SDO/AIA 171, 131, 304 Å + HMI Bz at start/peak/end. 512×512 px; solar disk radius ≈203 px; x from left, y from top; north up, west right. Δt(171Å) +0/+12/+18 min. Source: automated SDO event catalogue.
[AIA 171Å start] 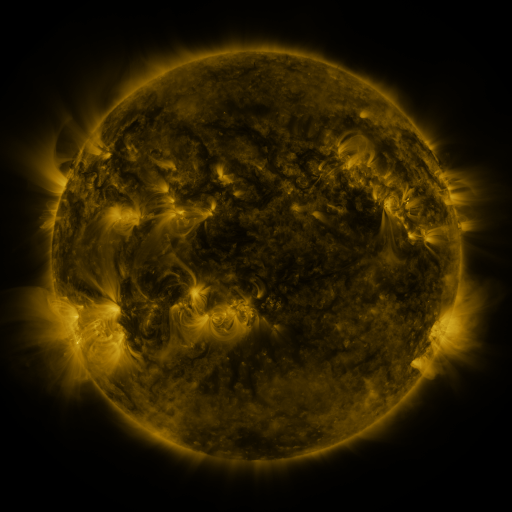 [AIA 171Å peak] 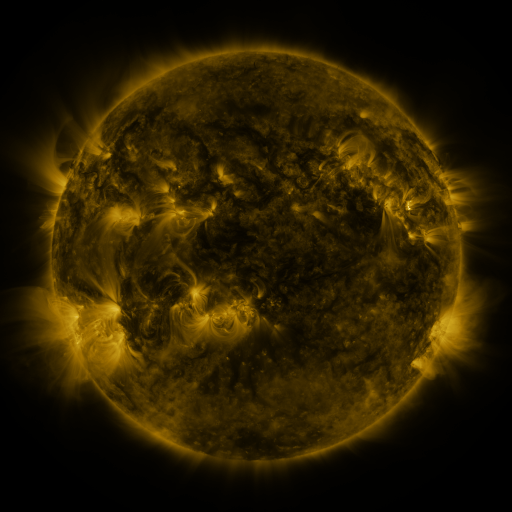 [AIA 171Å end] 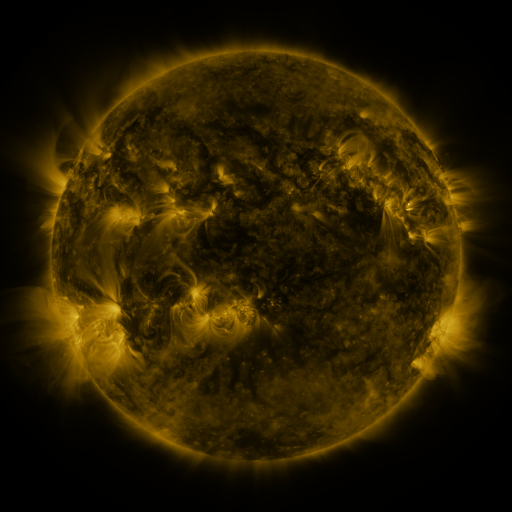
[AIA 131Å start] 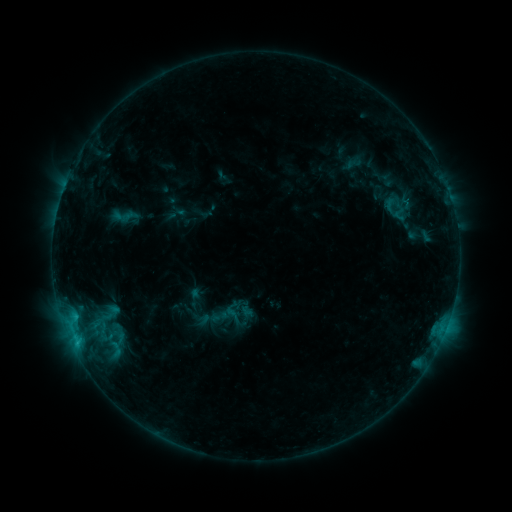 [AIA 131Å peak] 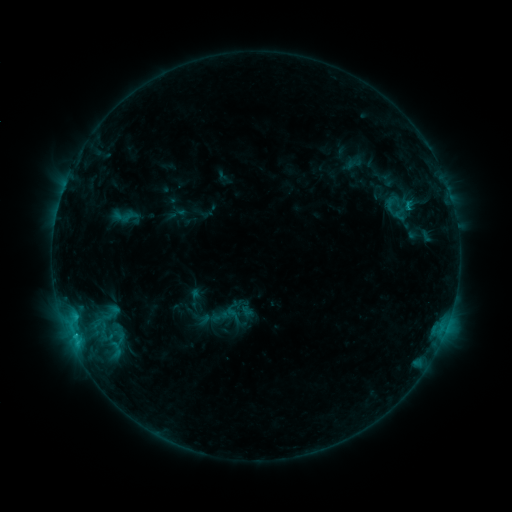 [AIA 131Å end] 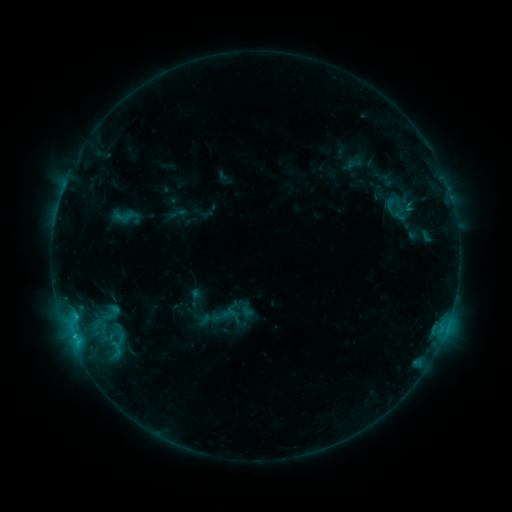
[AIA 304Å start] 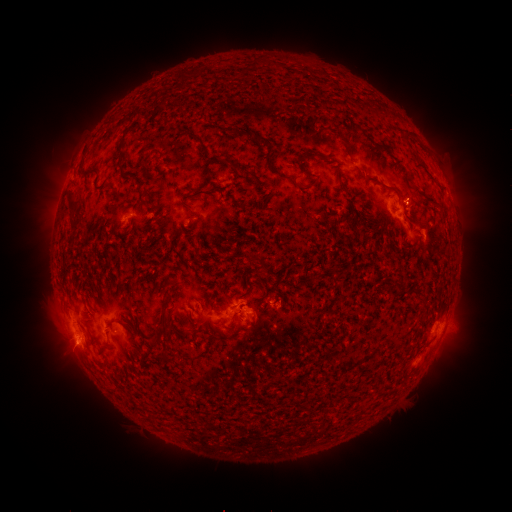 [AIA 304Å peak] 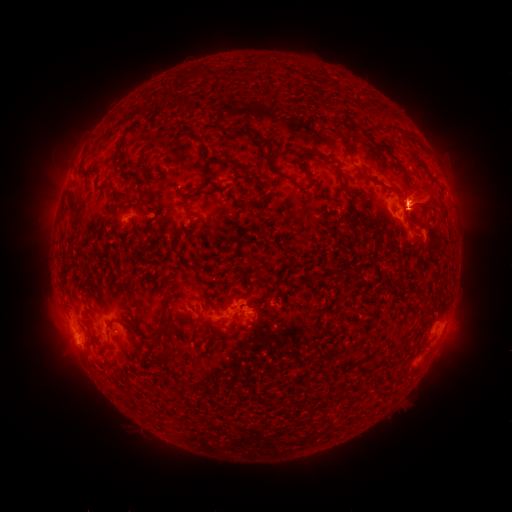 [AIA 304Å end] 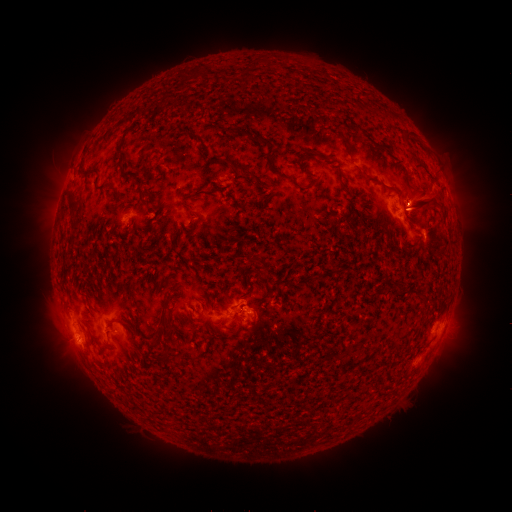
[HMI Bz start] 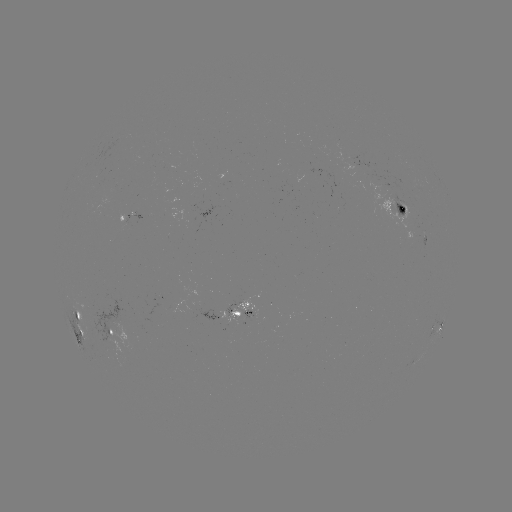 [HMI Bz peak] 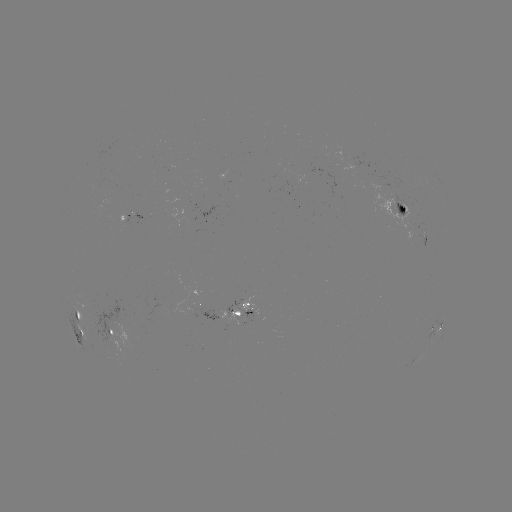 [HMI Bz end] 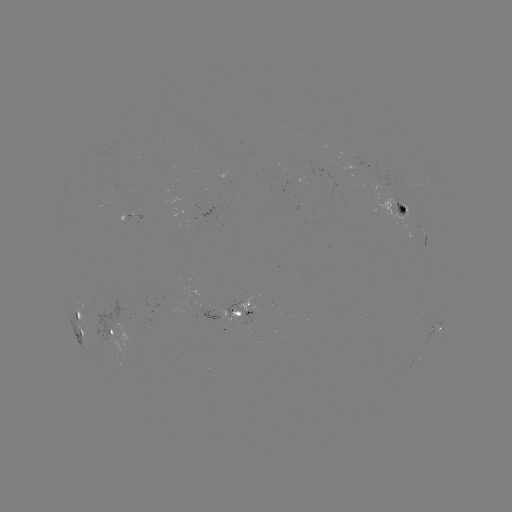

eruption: (368, 146, 456, 252)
